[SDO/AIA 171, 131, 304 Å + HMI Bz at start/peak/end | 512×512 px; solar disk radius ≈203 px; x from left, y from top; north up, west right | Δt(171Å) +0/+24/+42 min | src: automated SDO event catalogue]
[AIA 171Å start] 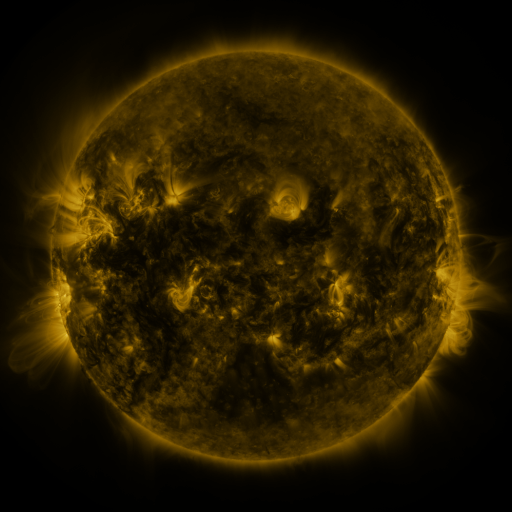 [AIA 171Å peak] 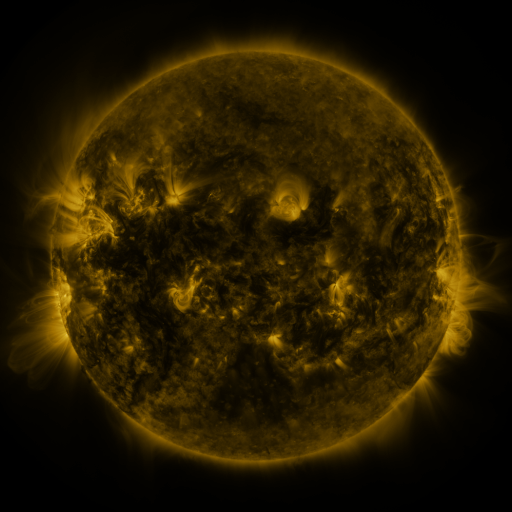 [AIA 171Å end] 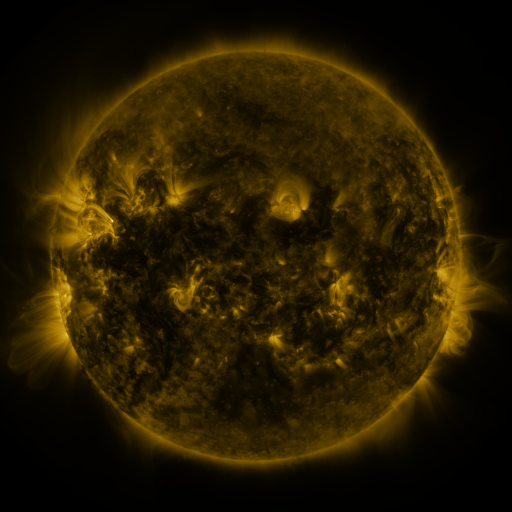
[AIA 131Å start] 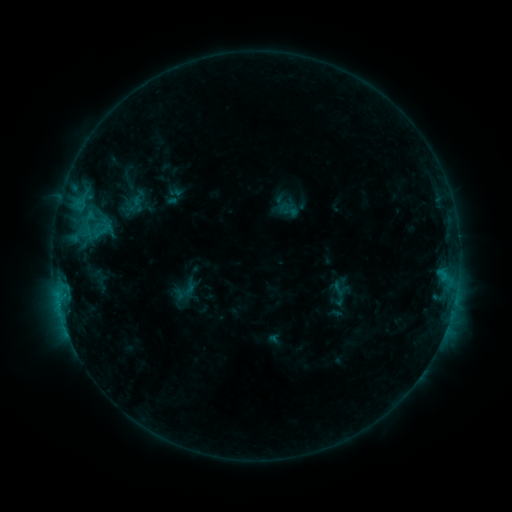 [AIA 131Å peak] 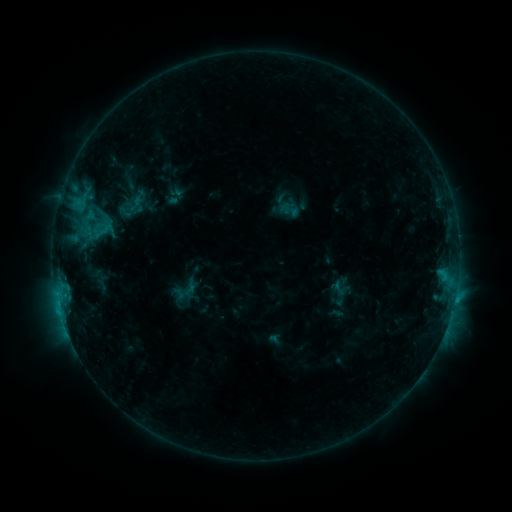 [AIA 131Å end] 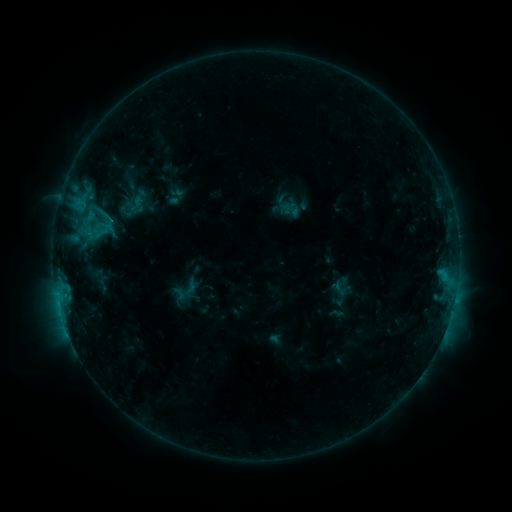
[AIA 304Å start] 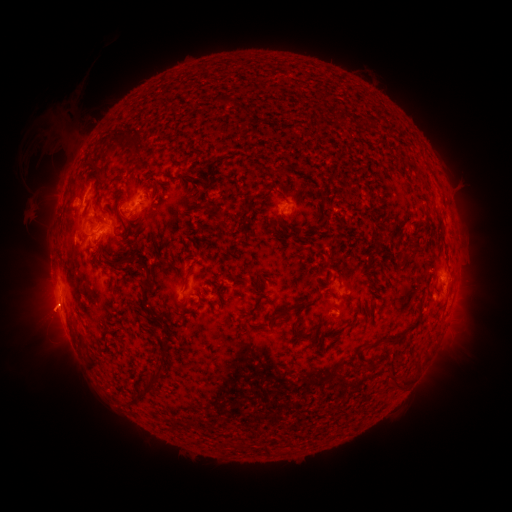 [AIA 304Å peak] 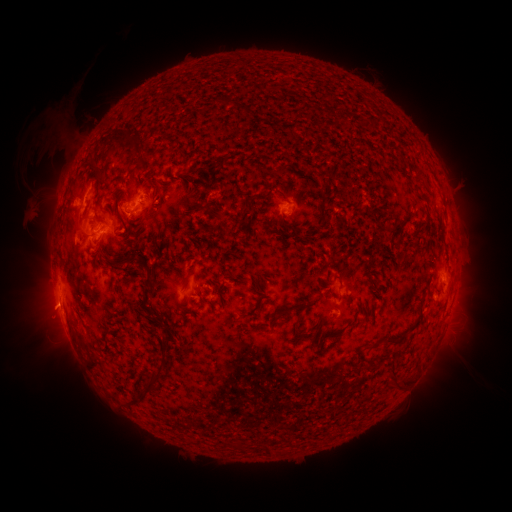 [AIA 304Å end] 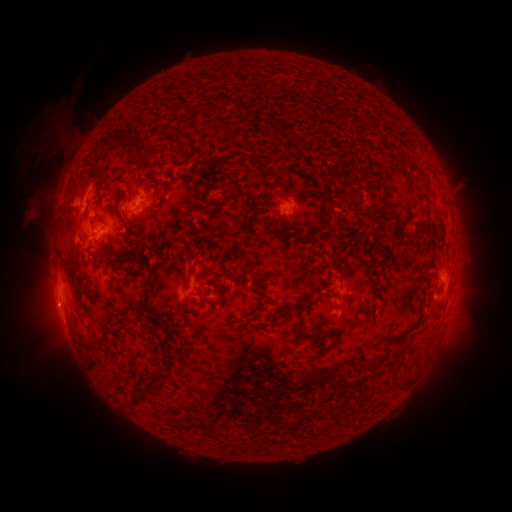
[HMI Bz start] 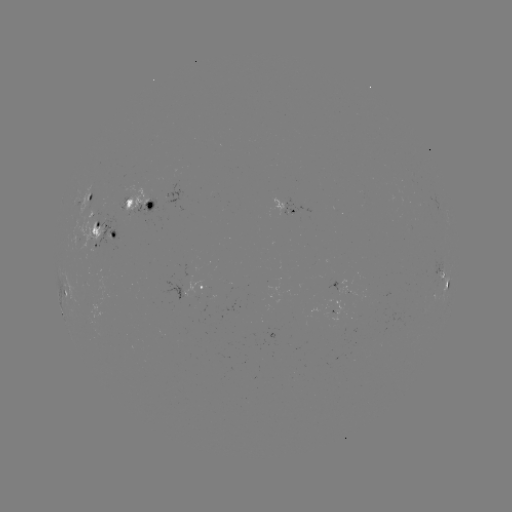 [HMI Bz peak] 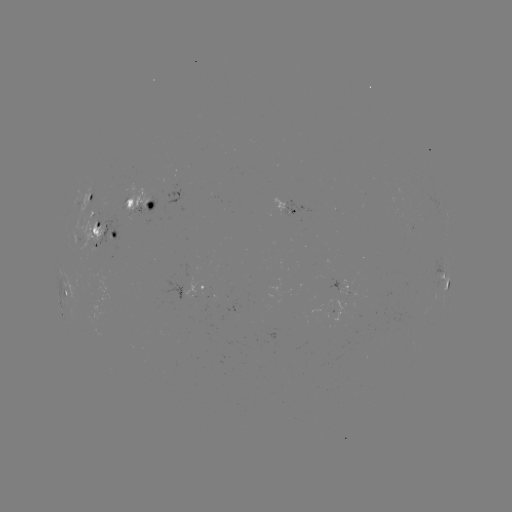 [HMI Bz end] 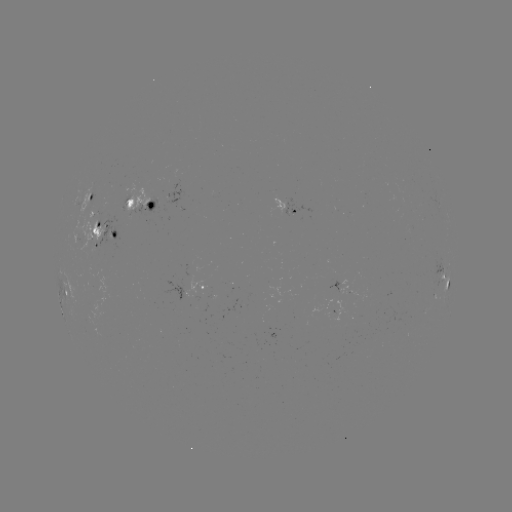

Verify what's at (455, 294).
C1.3 flare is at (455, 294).